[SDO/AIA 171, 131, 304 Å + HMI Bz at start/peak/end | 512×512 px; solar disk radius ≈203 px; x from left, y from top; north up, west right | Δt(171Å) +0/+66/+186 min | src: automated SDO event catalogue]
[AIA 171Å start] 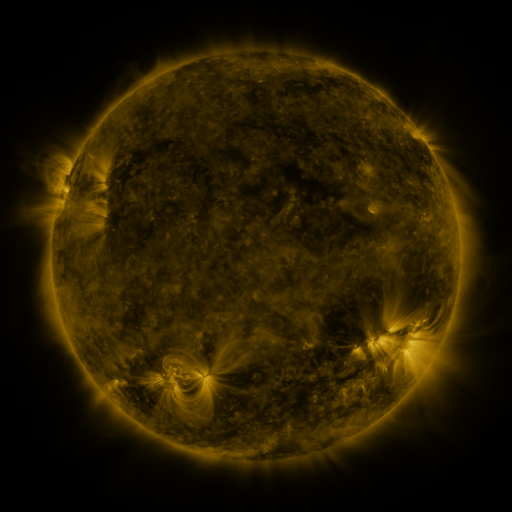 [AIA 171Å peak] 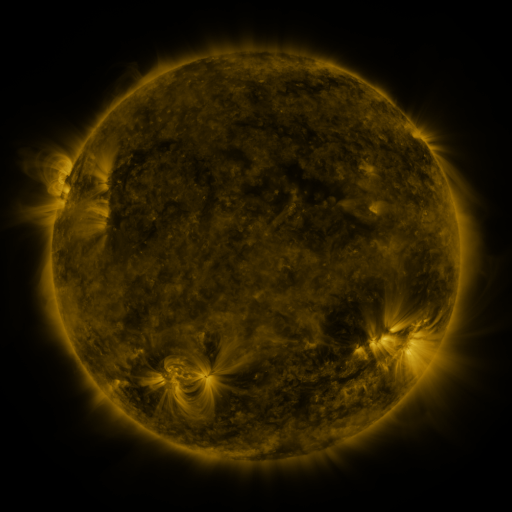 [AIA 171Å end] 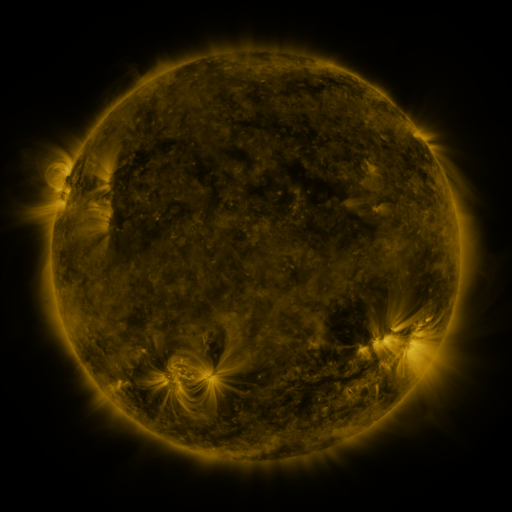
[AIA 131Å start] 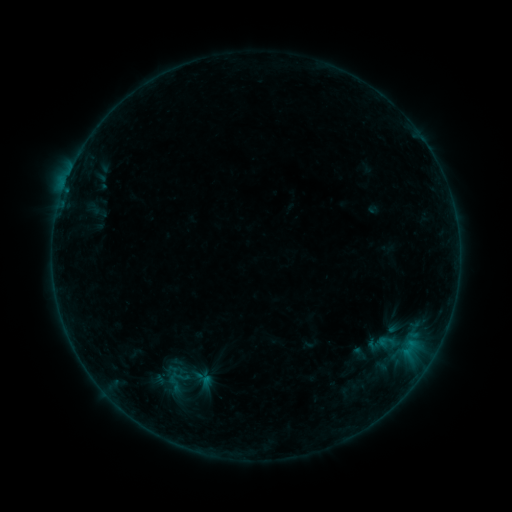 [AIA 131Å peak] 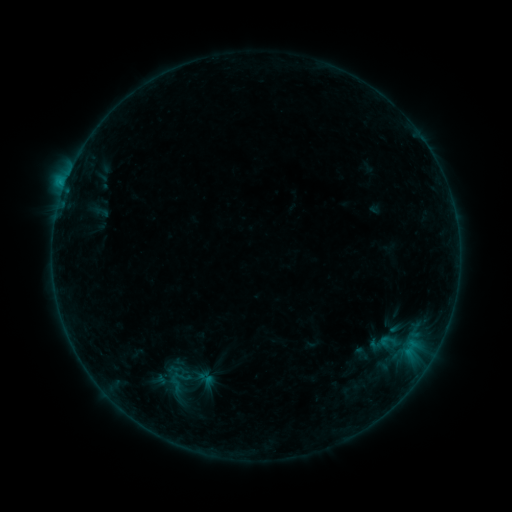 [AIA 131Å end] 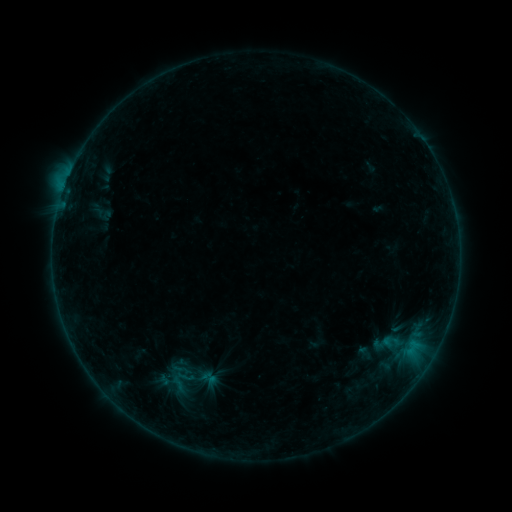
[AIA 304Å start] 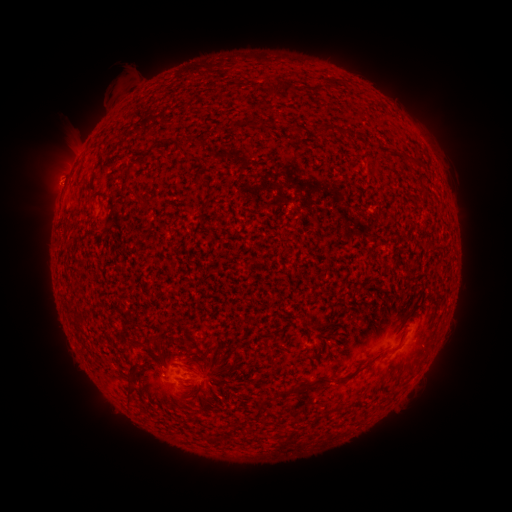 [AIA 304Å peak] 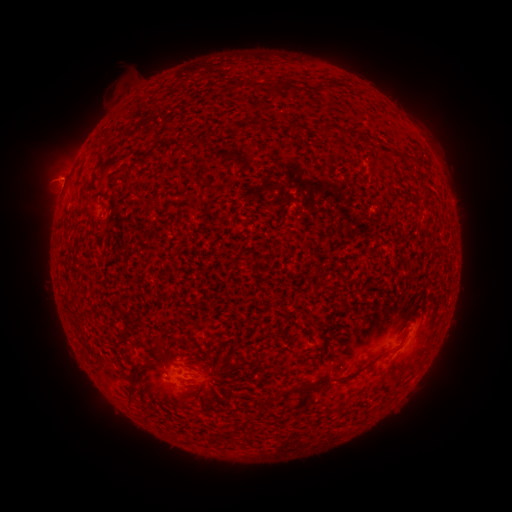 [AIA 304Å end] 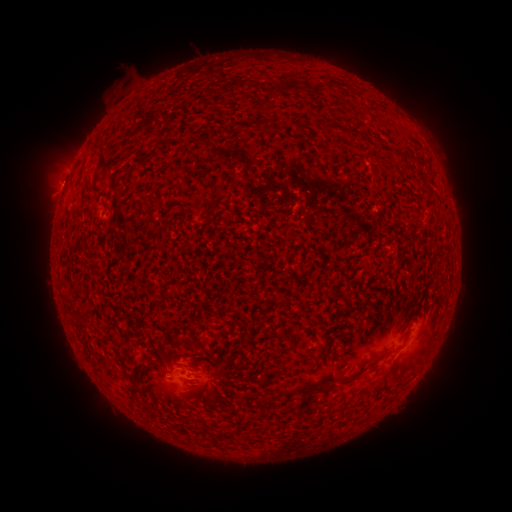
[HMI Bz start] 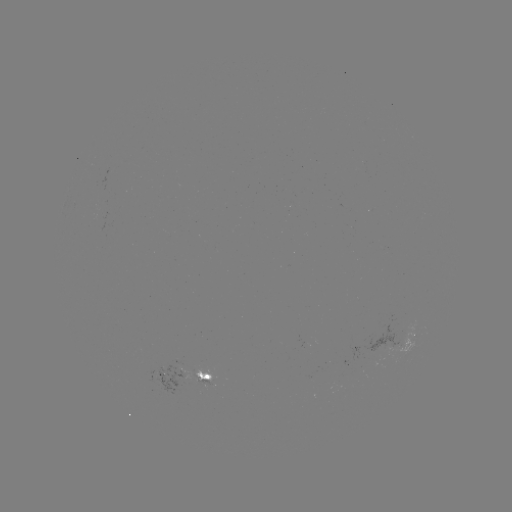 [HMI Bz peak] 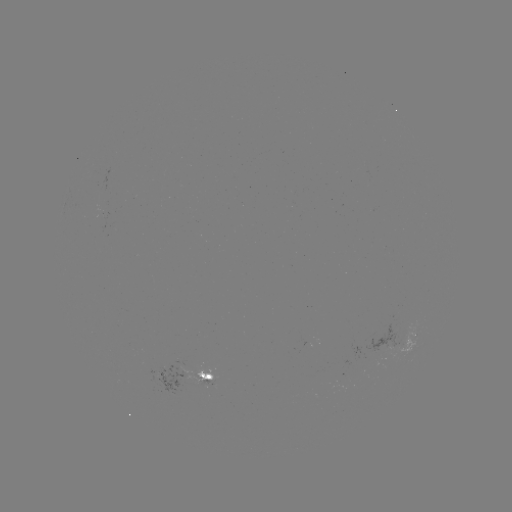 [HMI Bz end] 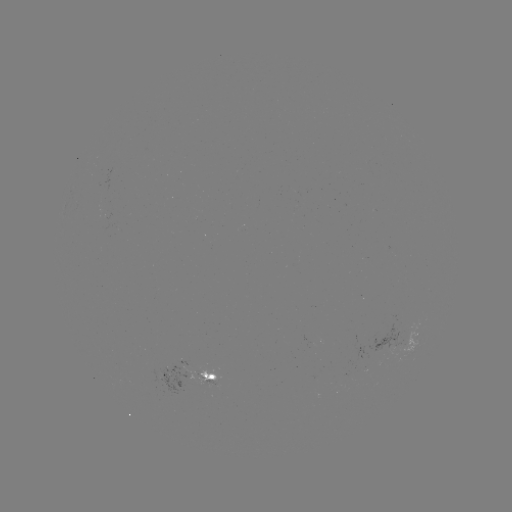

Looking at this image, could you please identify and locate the B7.1 flare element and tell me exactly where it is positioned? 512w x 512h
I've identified B7.1 flare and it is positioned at [72, 172].